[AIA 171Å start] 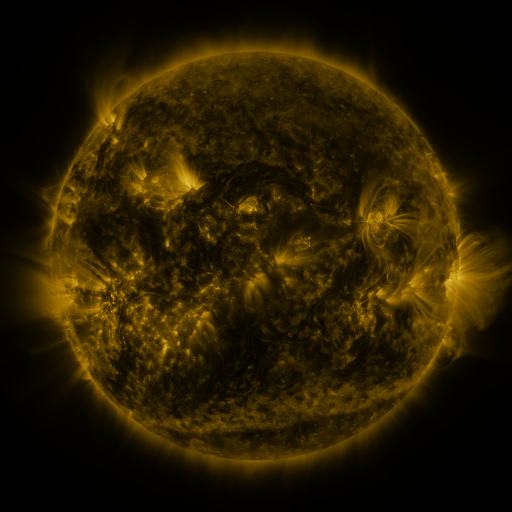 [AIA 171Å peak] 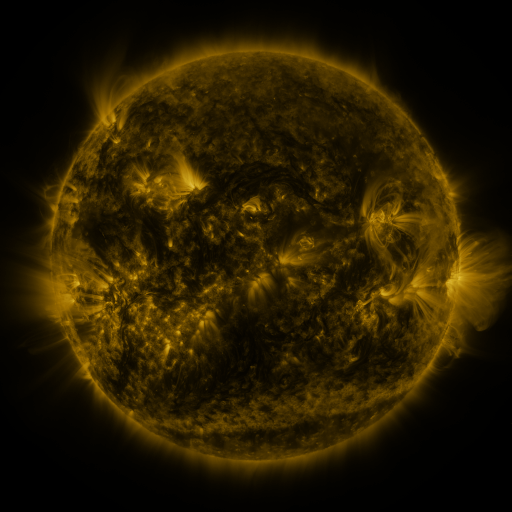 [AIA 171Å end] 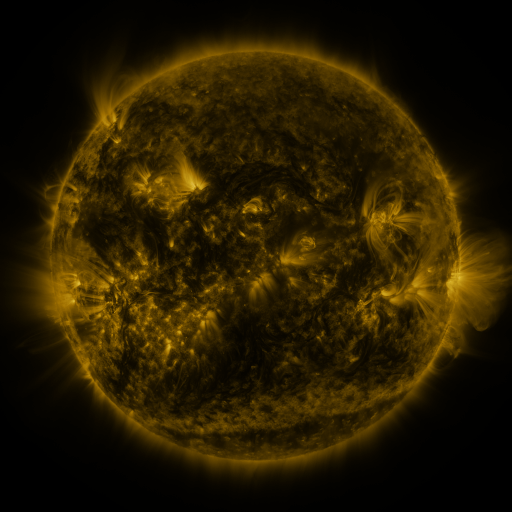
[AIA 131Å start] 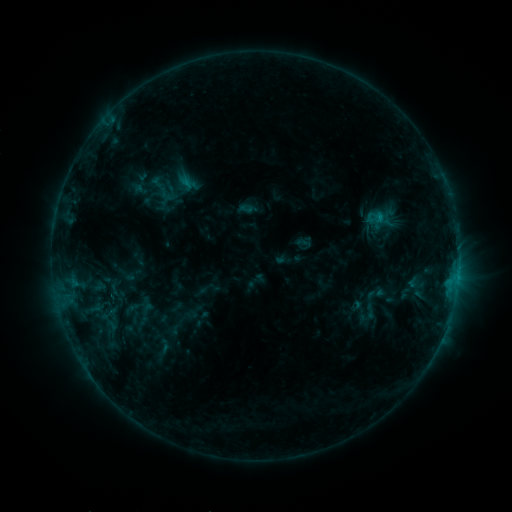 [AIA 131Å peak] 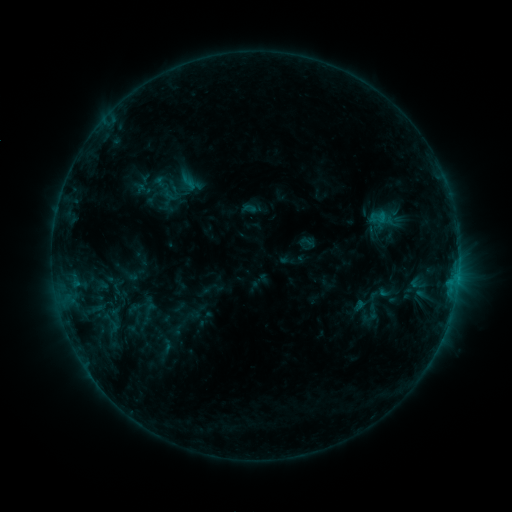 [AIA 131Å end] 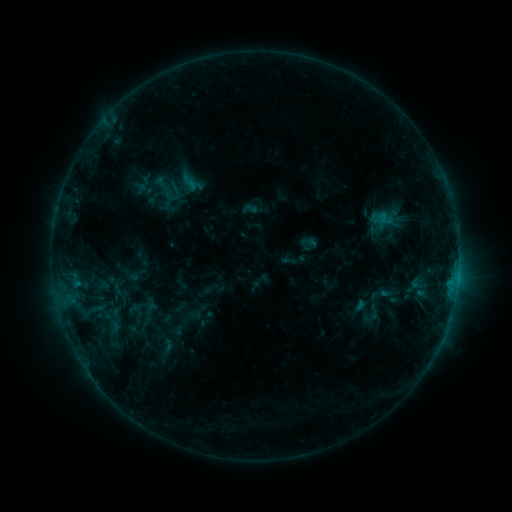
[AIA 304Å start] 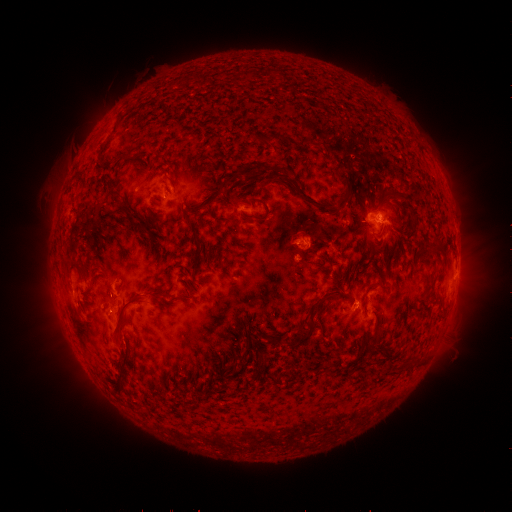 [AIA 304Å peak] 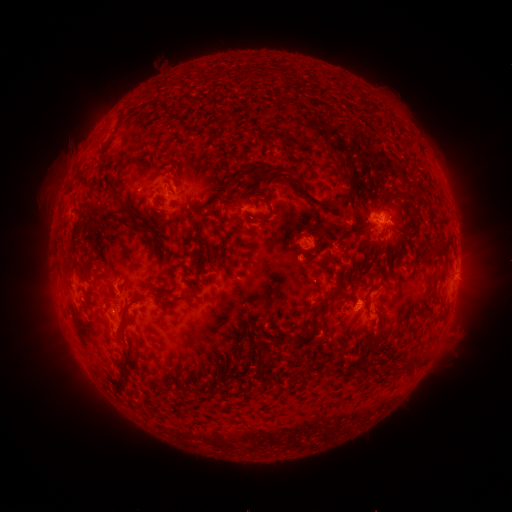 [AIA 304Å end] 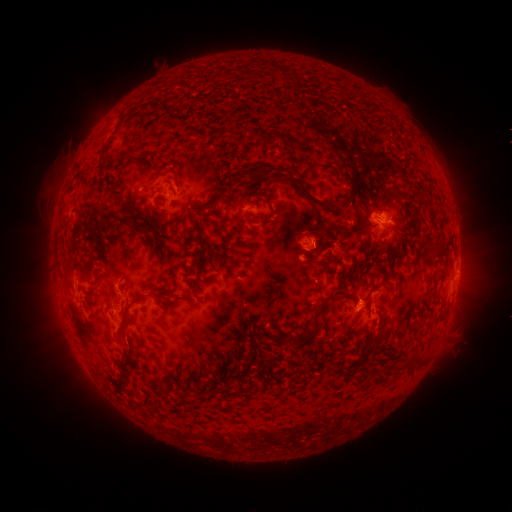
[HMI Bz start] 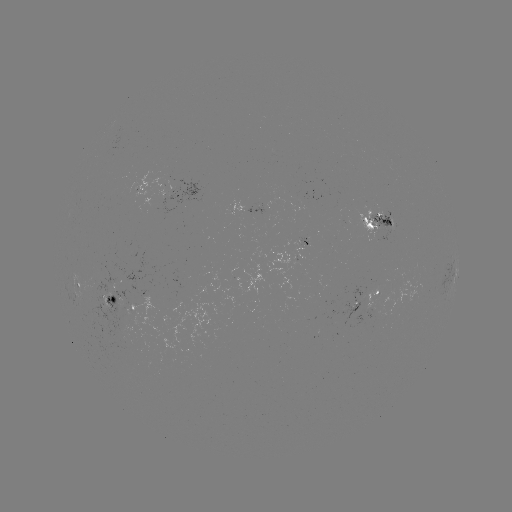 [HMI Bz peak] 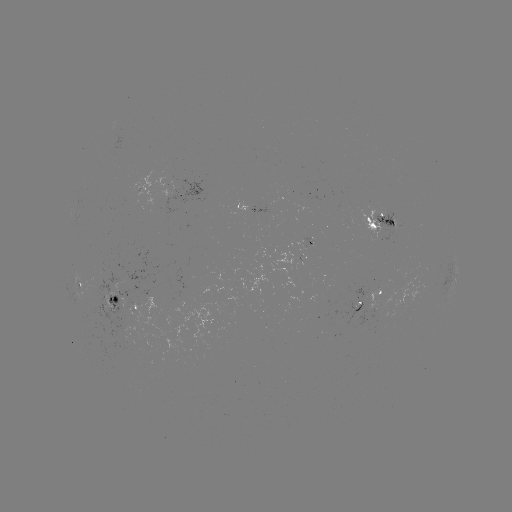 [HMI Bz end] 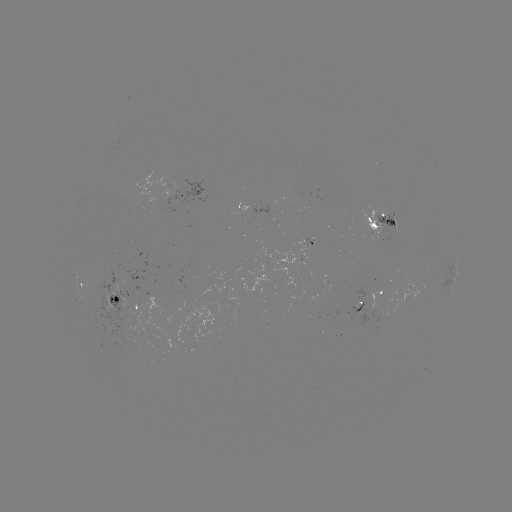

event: emerging-flux region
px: (301, 254)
